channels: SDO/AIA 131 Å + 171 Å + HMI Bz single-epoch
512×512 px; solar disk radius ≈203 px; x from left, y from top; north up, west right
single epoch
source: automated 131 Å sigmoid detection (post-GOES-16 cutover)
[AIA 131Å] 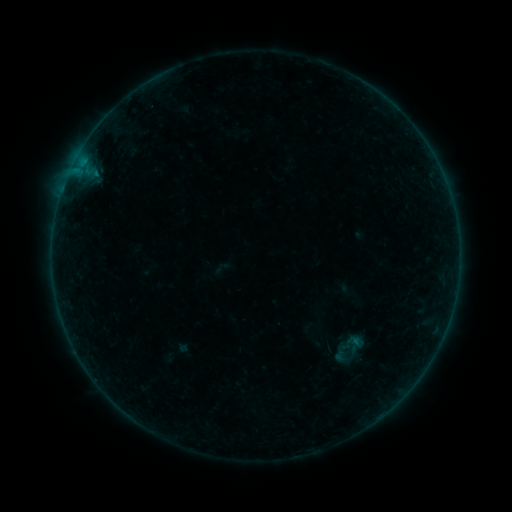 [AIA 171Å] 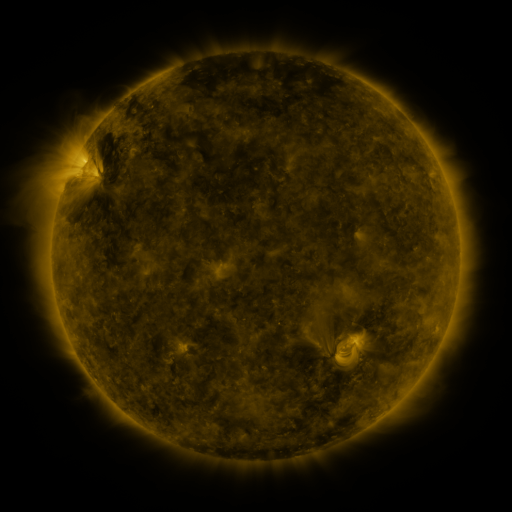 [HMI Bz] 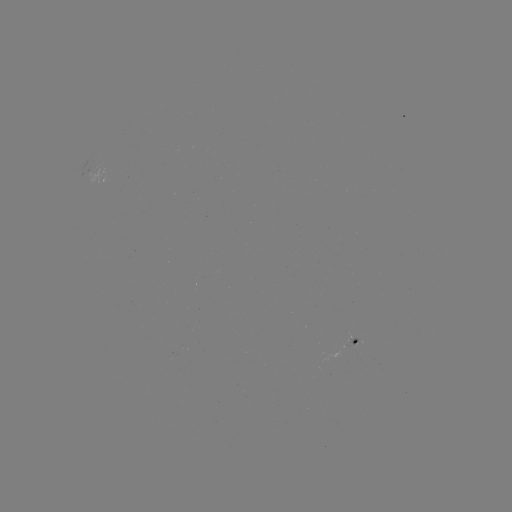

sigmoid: (334, 343, 357, 365)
